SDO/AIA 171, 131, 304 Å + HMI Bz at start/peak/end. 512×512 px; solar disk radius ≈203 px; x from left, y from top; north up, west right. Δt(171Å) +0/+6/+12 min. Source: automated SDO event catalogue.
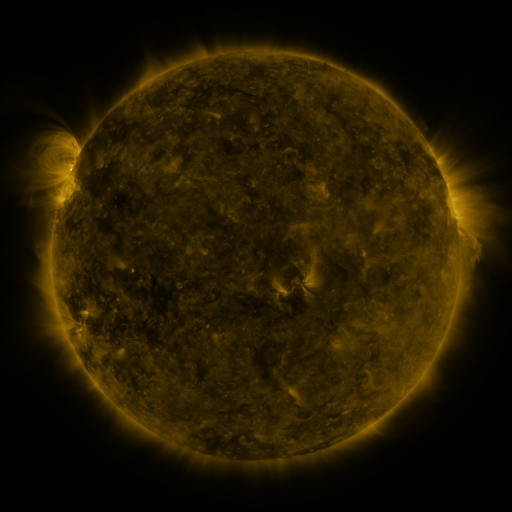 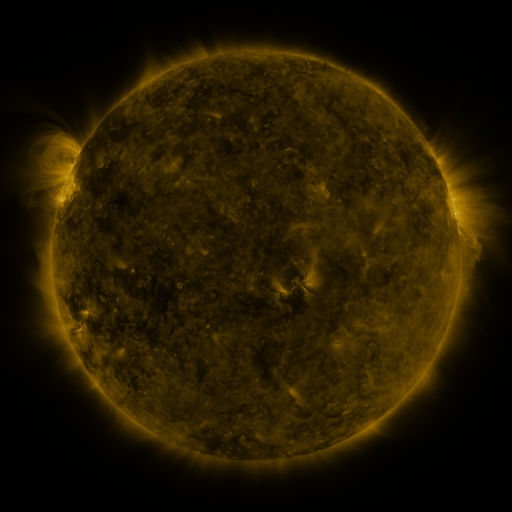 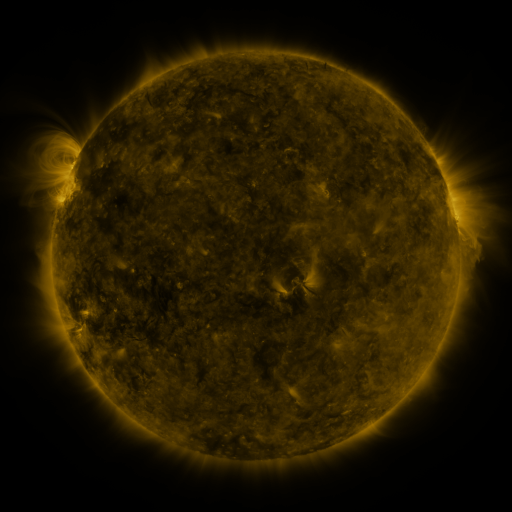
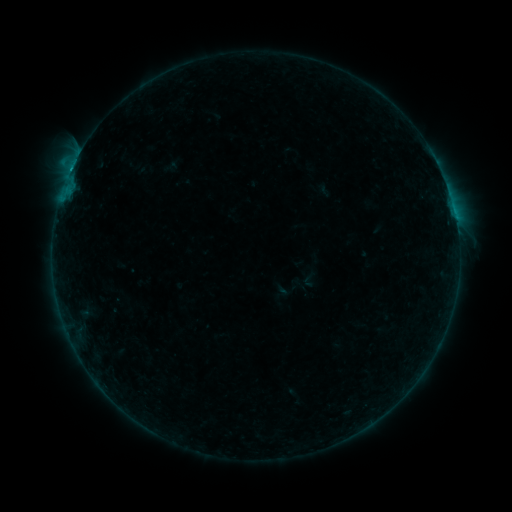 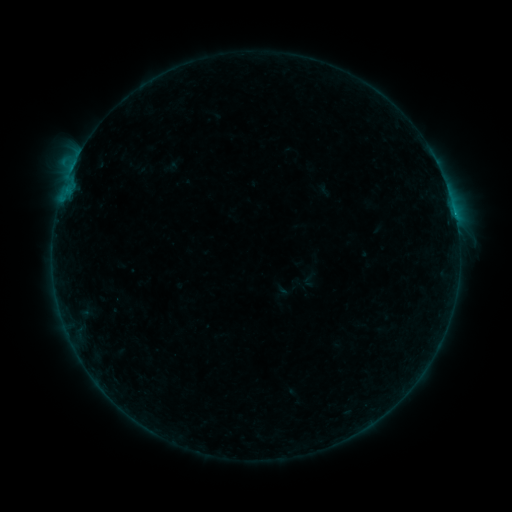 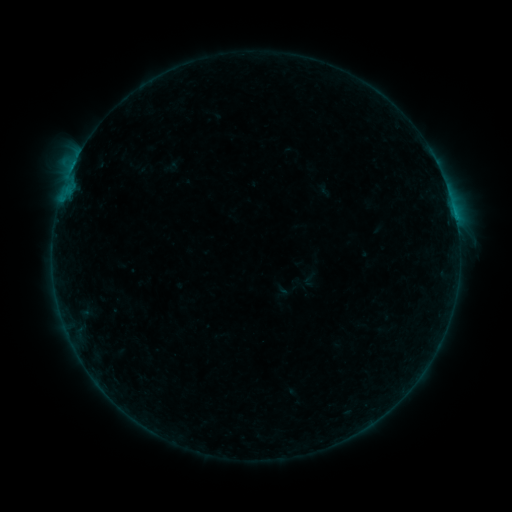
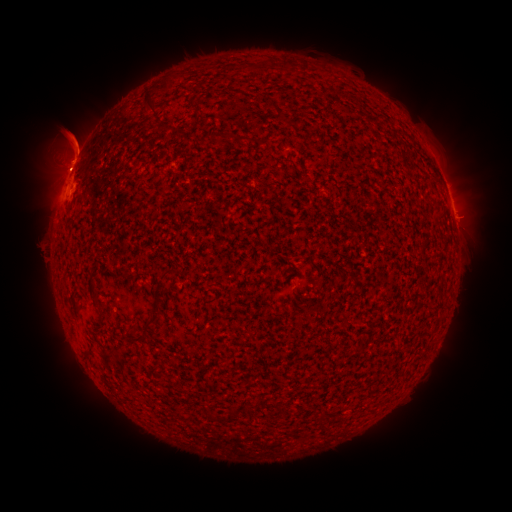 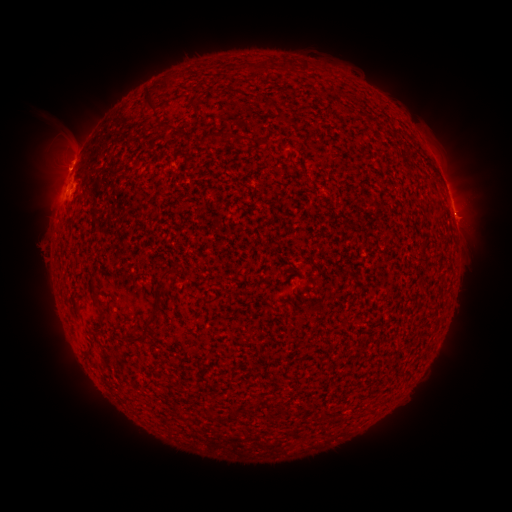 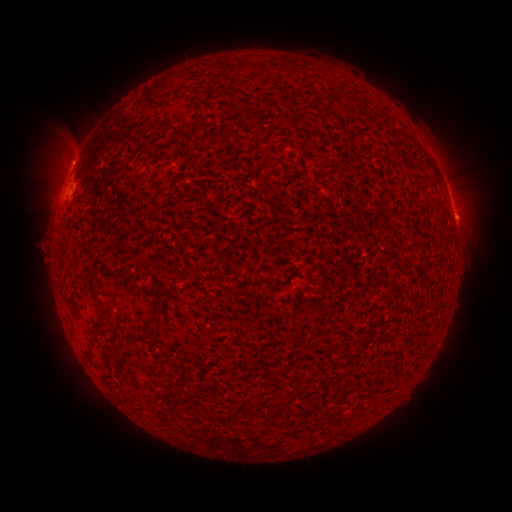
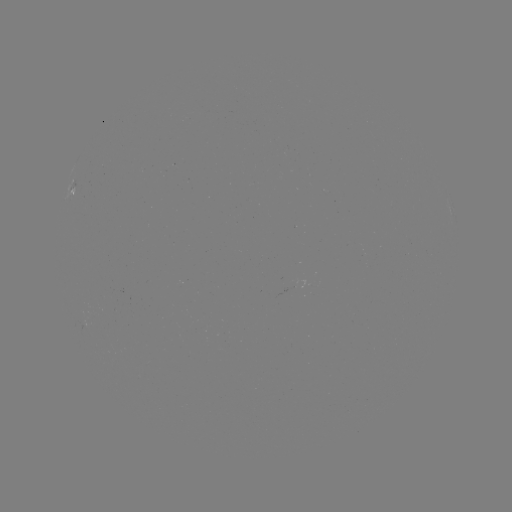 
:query eruption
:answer [470, 216]